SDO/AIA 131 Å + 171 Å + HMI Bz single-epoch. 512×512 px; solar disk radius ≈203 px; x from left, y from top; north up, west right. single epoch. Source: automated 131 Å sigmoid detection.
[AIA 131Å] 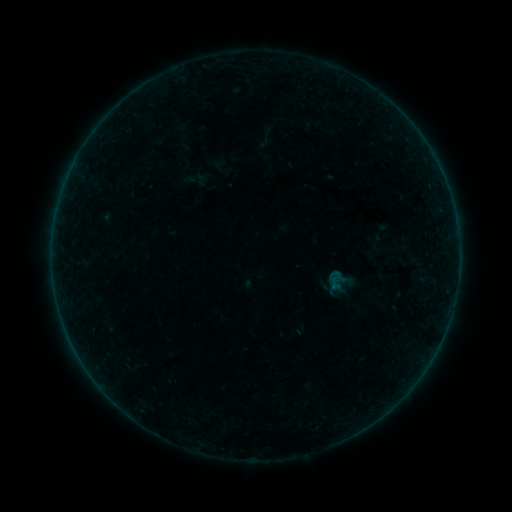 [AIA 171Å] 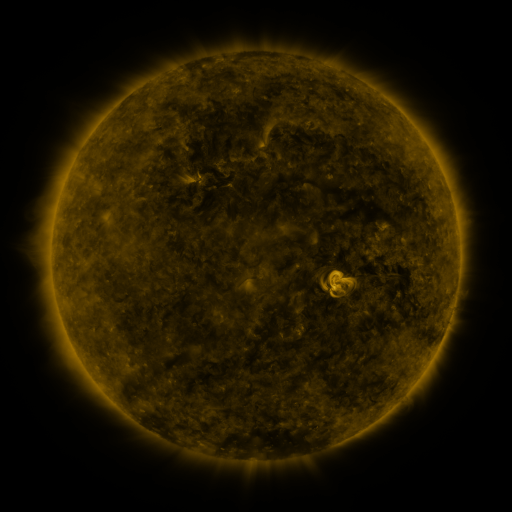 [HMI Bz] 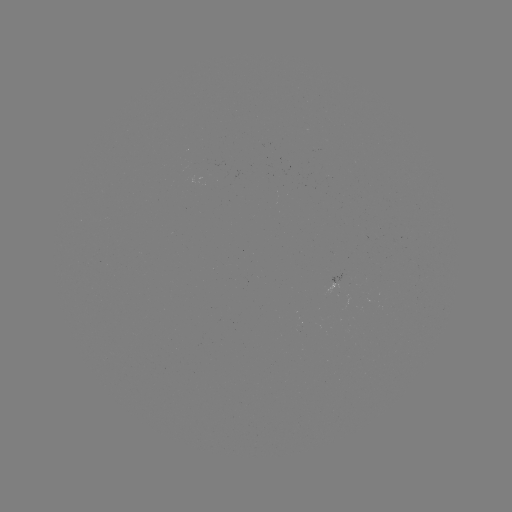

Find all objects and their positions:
sigmoid: (340, 282)
